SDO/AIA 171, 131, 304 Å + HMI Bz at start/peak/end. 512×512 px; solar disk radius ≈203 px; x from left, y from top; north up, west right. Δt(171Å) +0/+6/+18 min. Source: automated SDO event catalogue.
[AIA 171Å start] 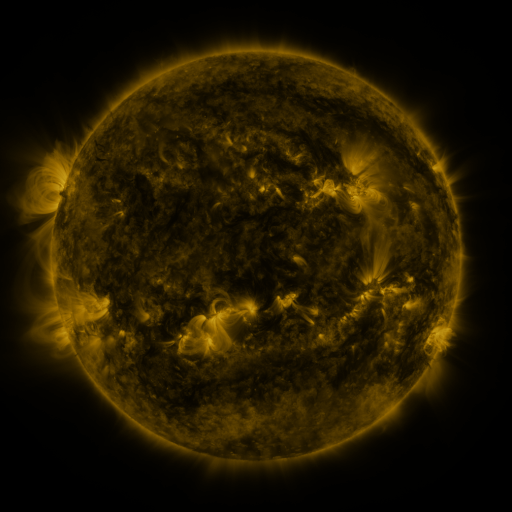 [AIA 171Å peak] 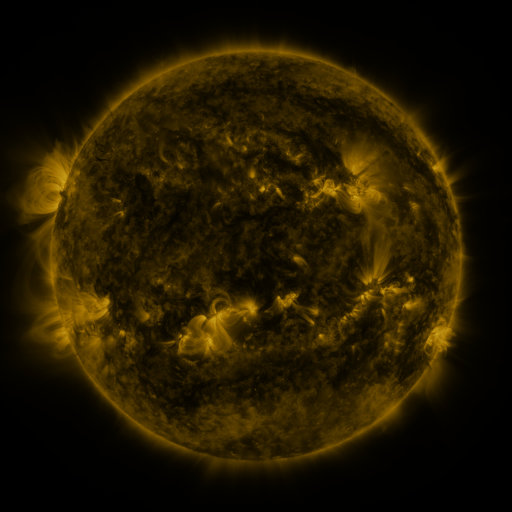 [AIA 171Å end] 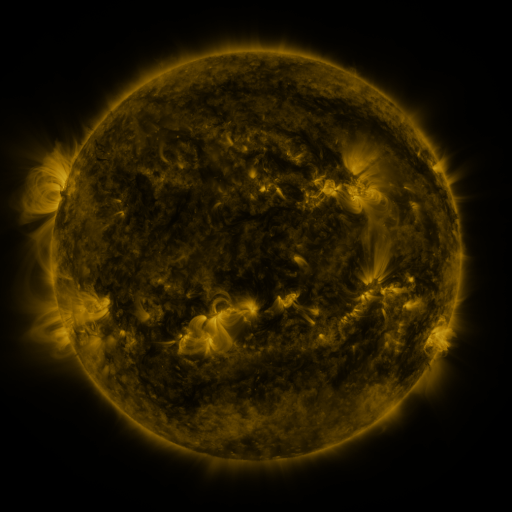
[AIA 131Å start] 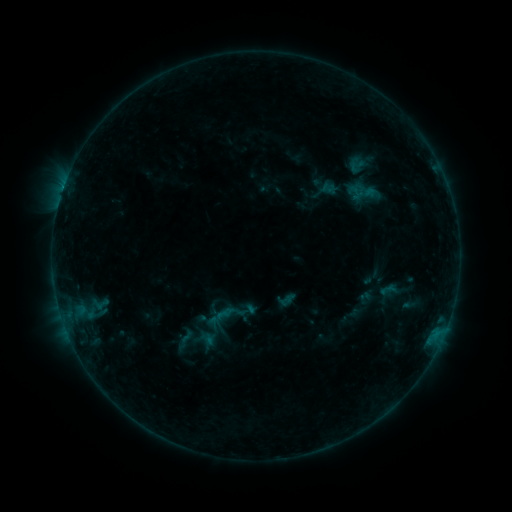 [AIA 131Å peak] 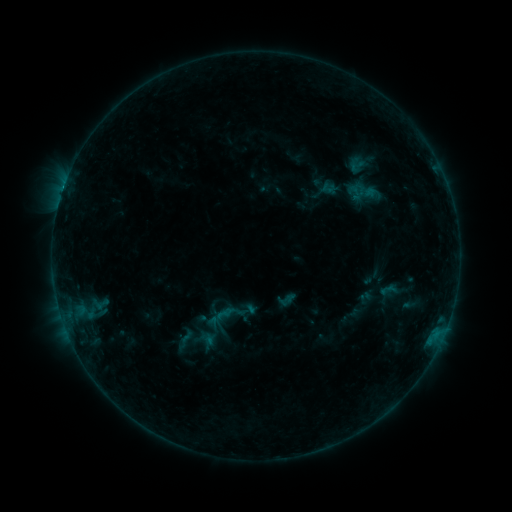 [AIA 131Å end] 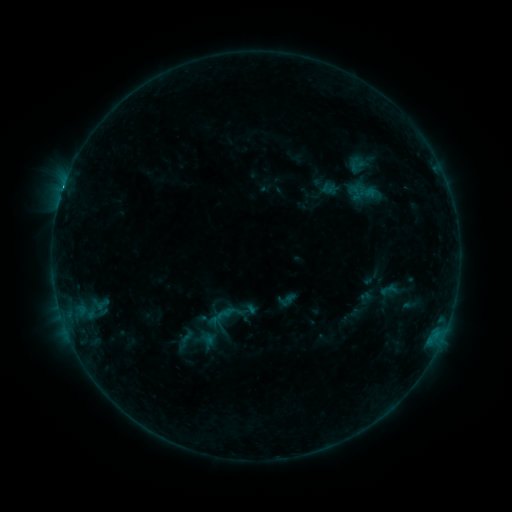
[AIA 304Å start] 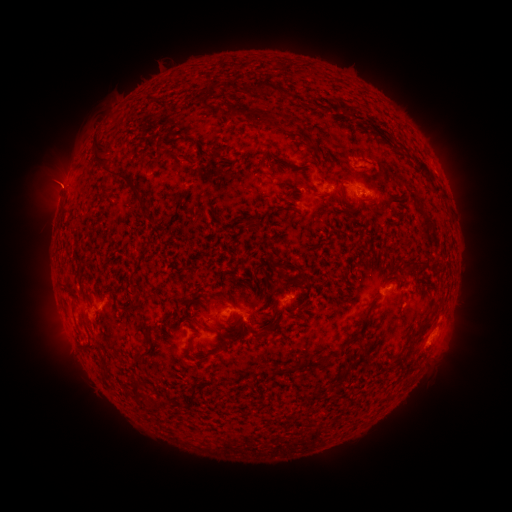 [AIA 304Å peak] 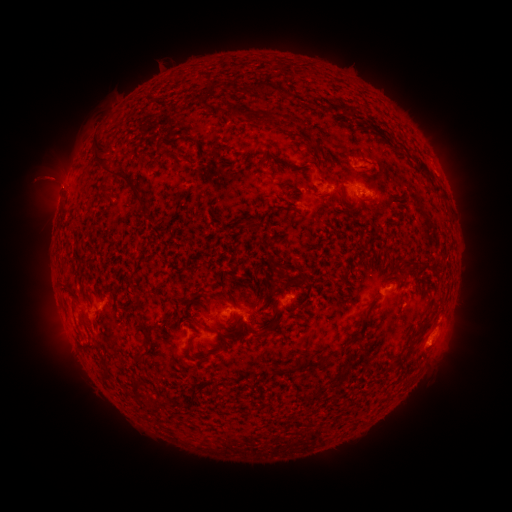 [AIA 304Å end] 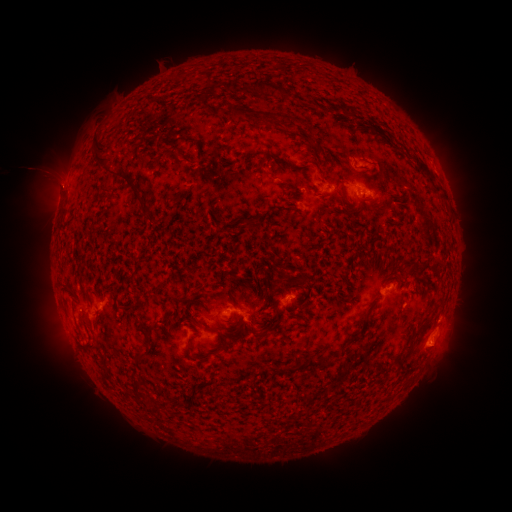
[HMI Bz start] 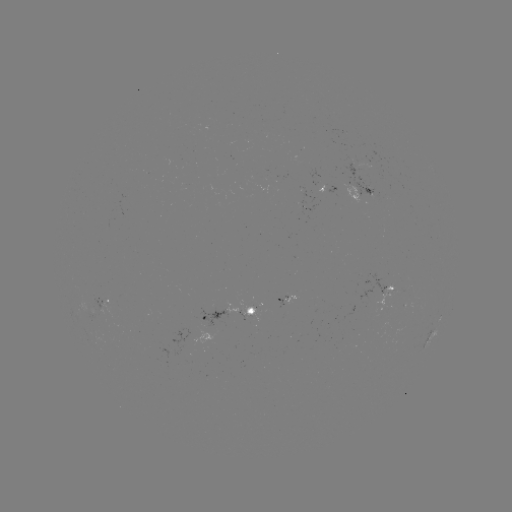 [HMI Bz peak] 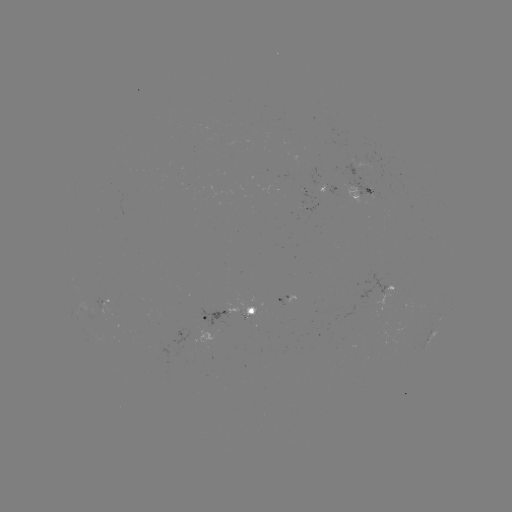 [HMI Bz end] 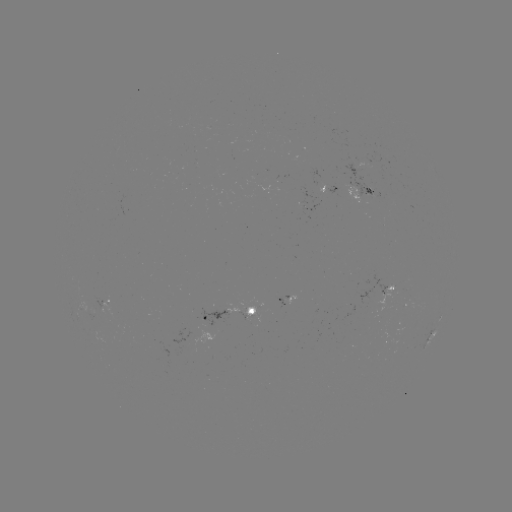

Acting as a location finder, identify eruption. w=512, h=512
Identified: (54, 181).